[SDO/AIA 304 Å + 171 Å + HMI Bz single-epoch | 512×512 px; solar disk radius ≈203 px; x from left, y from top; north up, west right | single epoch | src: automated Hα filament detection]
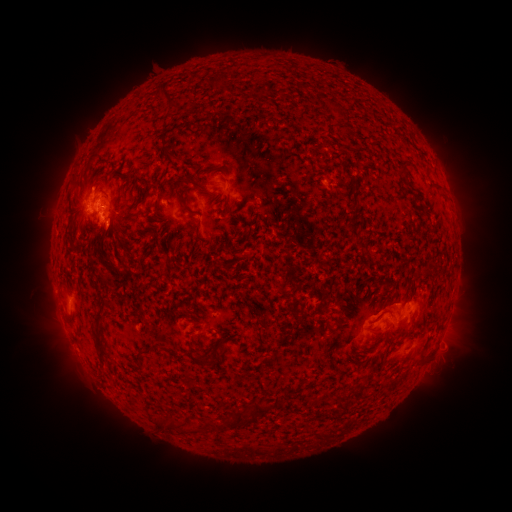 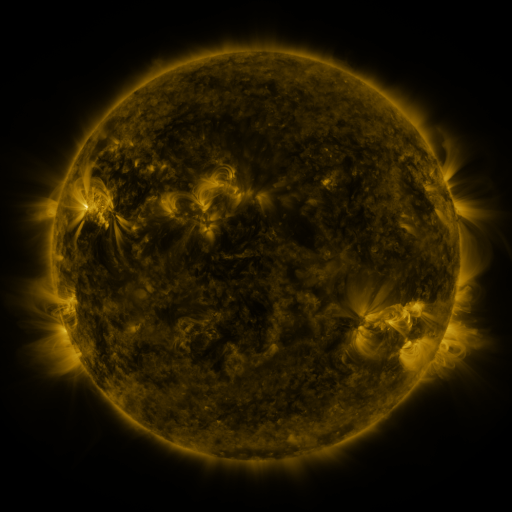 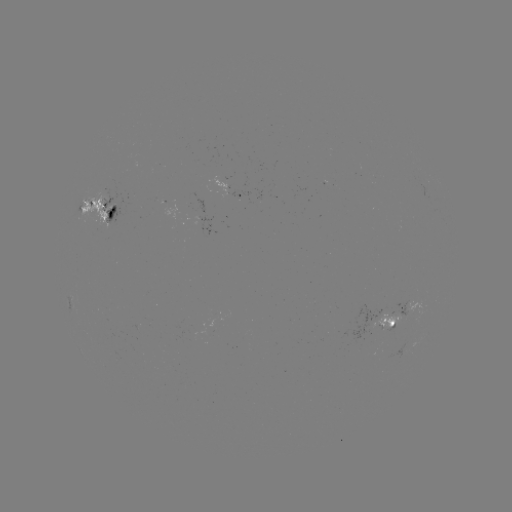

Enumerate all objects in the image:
filament: (261, 92)
filament: (170, 105)
filament: (339, 113)
filament: (168, 157)
filament: (403, 173)
filament: (109, 177)
filament: (141, 180)
filament: (224, 180)
filament: (73, 187)
filament: (178, 196)
filament: (353, 199)
filament: (139, 202)
filament: (352, 212)
filament: (104, 232)
filament: (354, 232)
filament: (197, 233)
filament: (104, 280)
filament: (377, 328)
filament: (387, 337)
filament: (100, 349)
filament: (146, 351)
filament: (198, 361)
filament: (341, 403)
filament: (262, 409)
filament: (240, 420)
filament: (182, 425)
filament: (215, 425)
